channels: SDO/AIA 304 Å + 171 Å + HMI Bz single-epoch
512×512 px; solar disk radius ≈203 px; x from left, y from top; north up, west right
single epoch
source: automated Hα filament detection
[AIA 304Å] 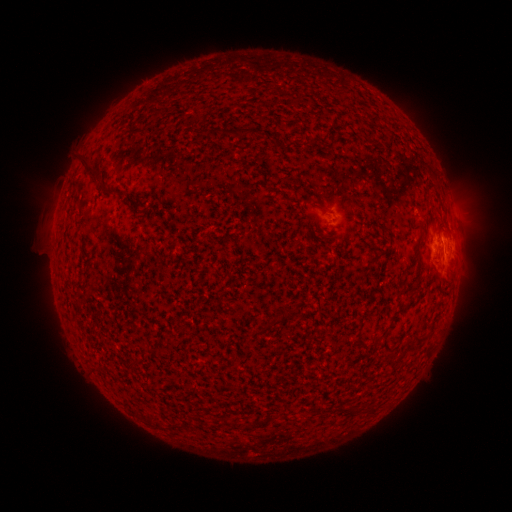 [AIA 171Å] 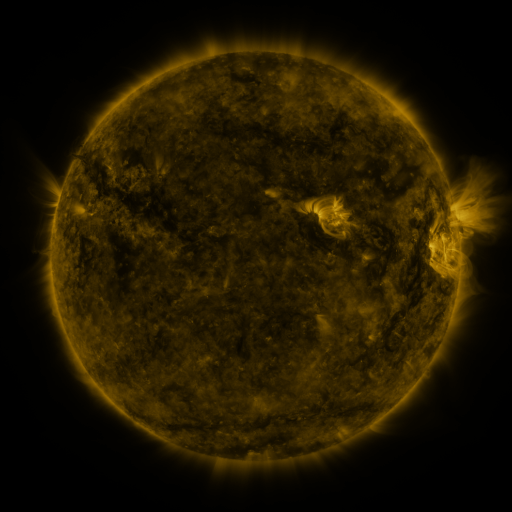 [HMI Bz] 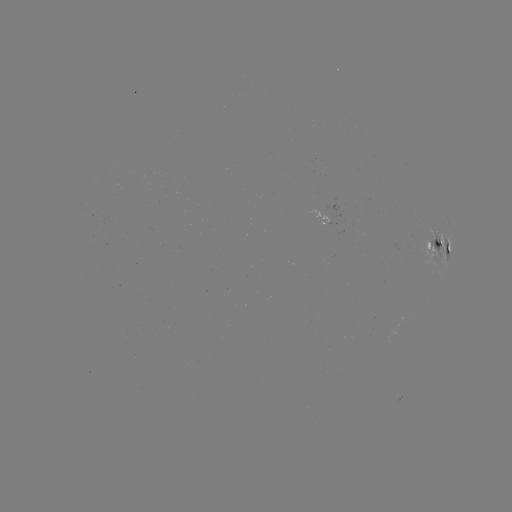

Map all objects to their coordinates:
filament: (240, 131)
filament: (85, 162)
filament: (94, 177)
filament: (72, 209)
filament: (270, 326)
filament: (427, 337)
filament: (411, 344)
filament: (395, 354)
filament: (258, 423)
filament: (162, 426)
filament: (237, 426)
